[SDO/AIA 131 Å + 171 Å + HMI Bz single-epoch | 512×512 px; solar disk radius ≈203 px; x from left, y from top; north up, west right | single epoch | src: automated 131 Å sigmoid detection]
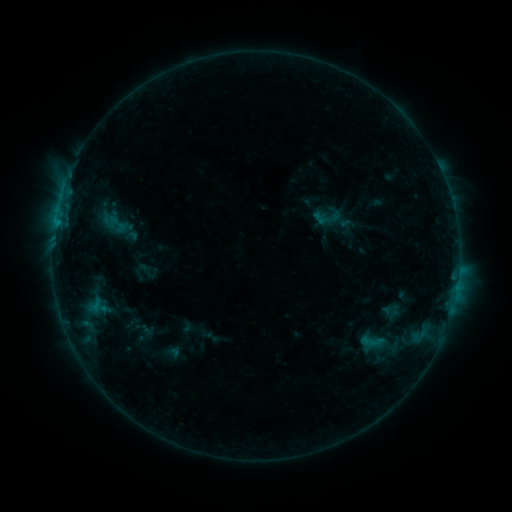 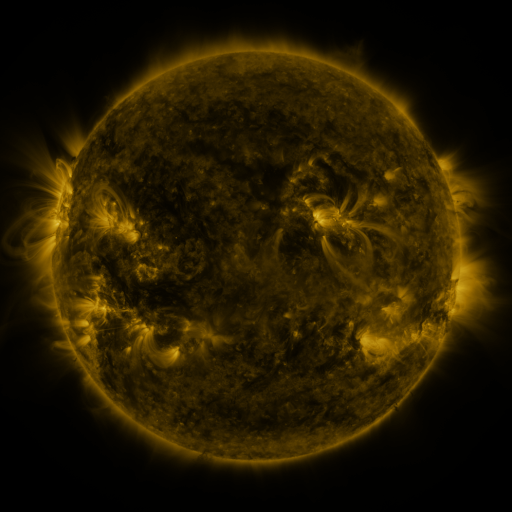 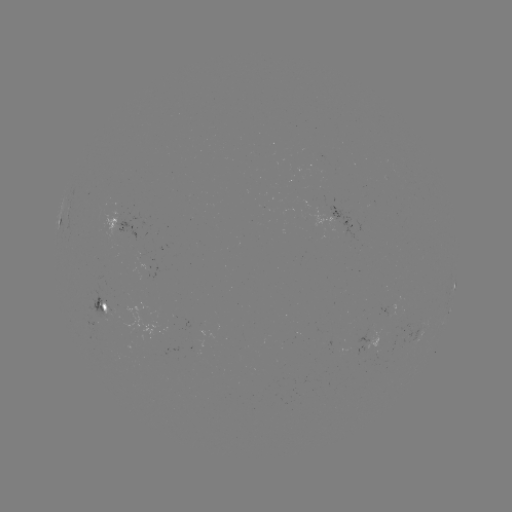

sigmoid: (110, 215, 128, 236)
